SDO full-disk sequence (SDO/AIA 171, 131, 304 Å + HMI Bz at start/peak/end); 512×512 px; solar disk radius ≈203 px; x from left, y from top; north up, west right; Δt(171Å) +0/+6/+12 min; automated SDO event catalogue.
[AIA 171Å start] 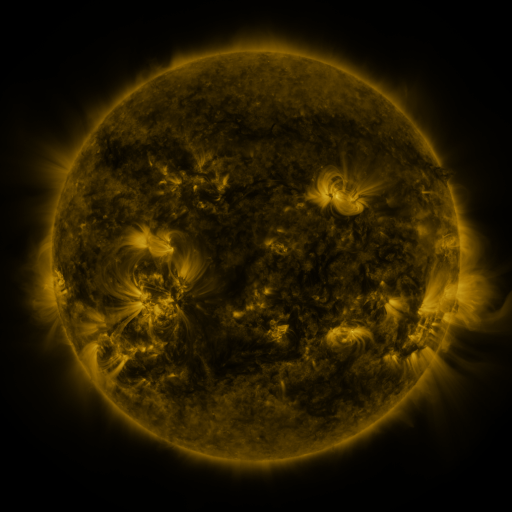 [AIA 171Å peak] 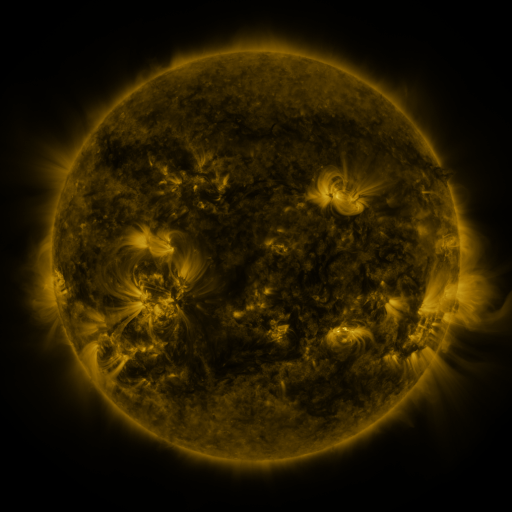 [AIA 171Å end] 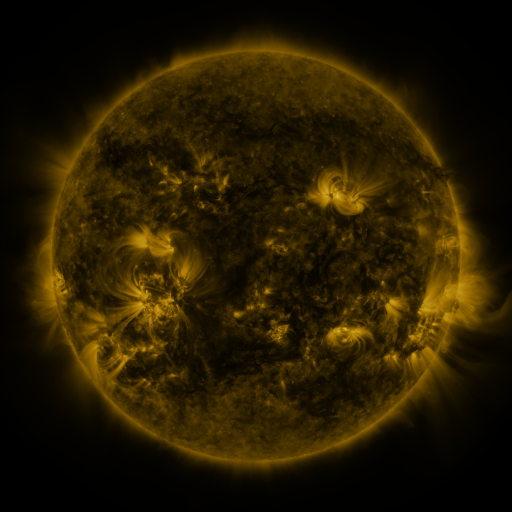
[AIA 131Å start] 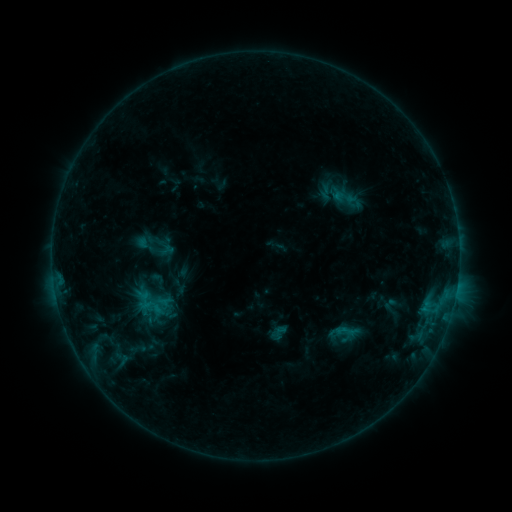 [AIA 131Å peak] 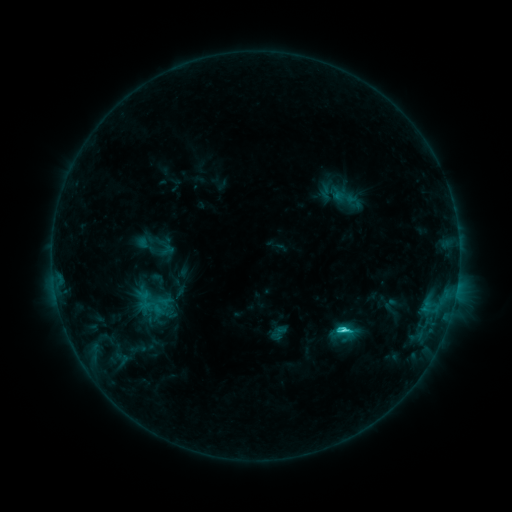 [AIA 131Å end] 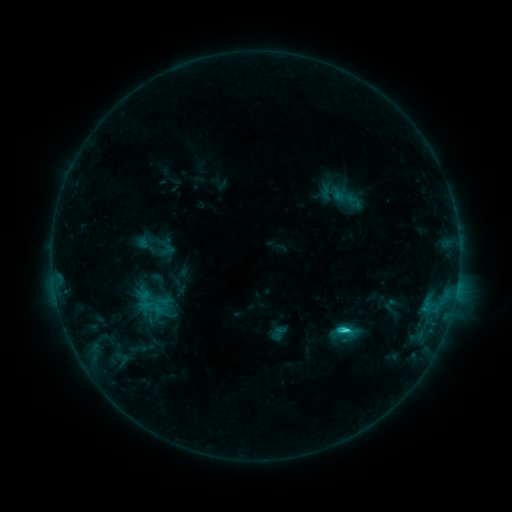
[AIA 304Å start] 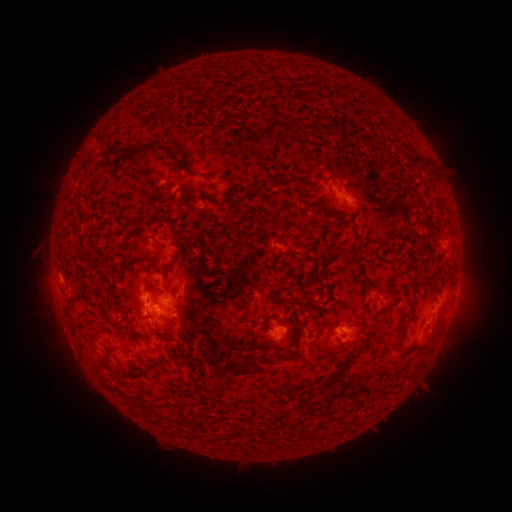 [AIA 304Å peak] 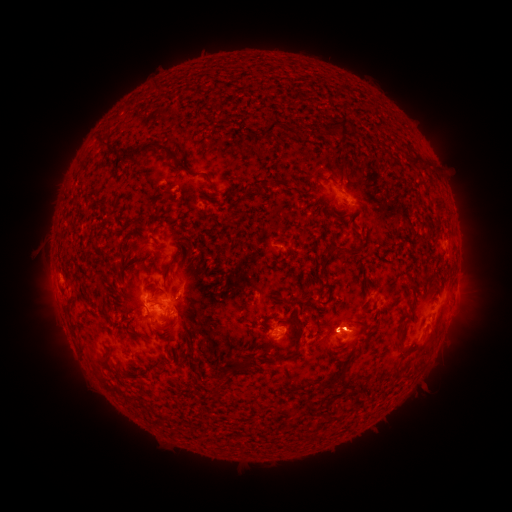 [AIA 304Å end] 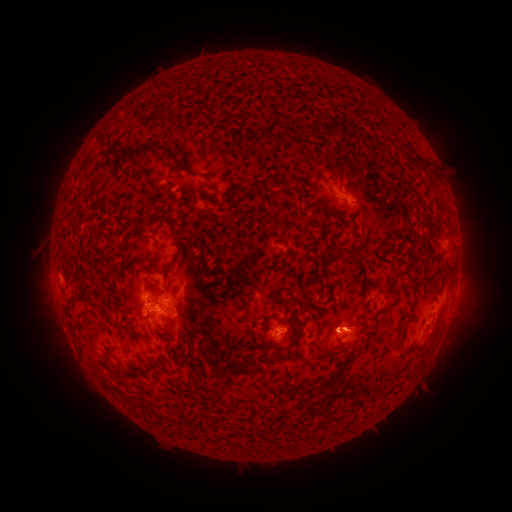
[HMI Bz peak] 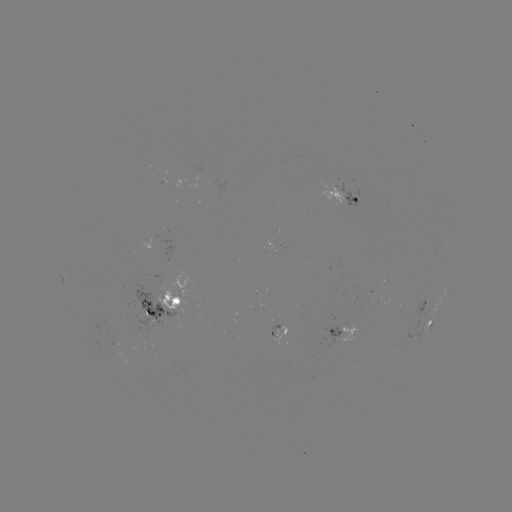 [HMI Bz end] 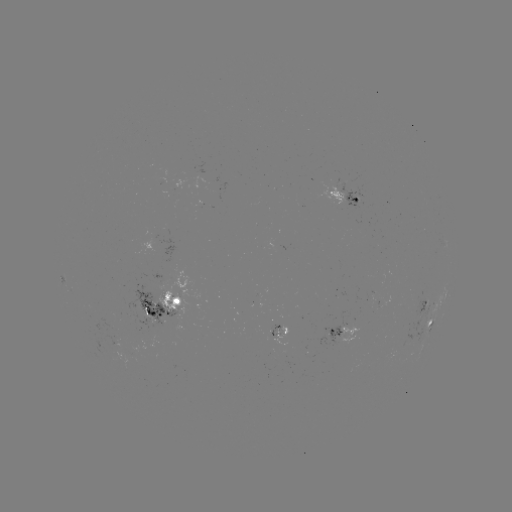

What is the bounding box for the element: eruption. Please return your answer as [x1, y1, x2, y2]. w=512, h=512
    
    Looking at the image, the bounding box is [306, 300, 380, 353].